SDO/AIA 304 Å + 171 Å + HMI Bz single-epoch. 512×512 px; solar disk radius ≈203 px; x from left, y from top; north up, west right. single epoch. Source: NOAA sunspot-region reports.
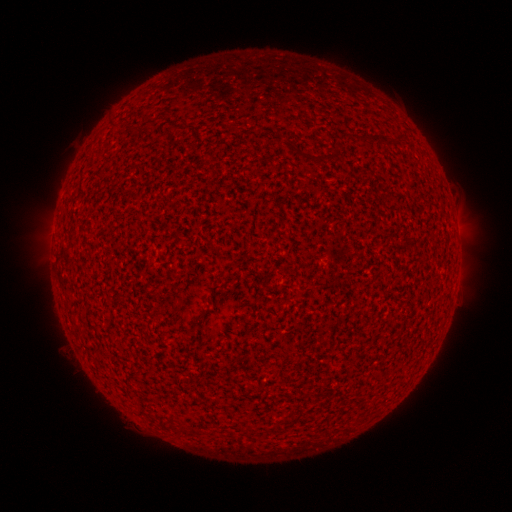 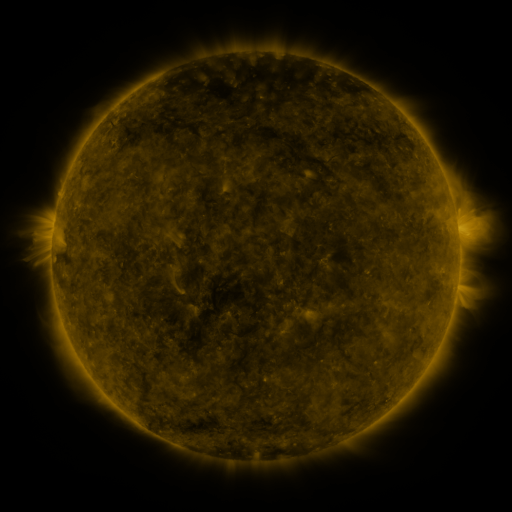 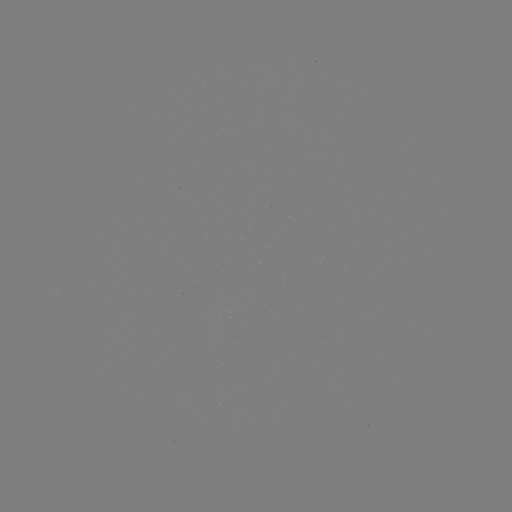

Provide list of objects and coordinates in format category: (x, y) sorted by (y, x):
(none)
